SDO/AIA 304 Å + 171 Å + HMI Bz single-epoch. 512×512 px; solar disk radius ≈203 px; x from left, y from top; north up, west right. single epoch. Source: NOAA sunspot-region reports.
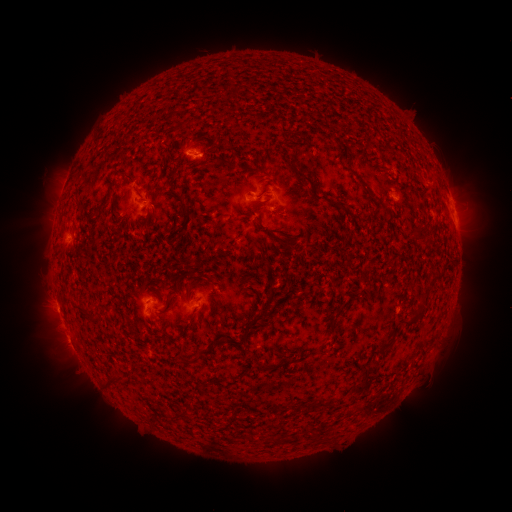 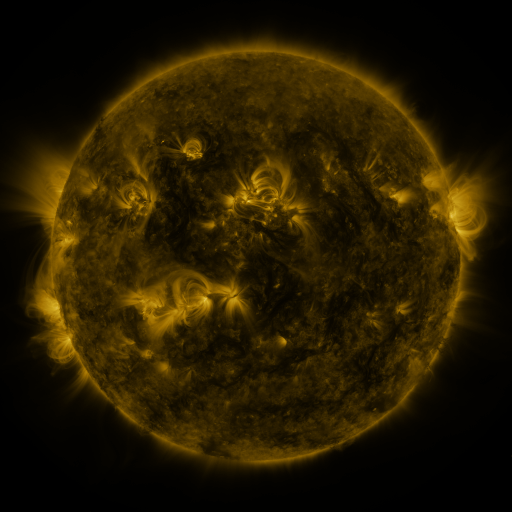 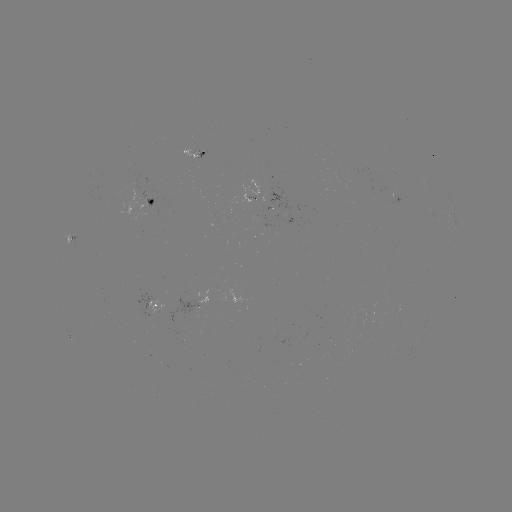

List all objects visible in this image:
spotted active region: (194, 151)
spotted active region: (153, 204)
spotted active region: (152, 307)
